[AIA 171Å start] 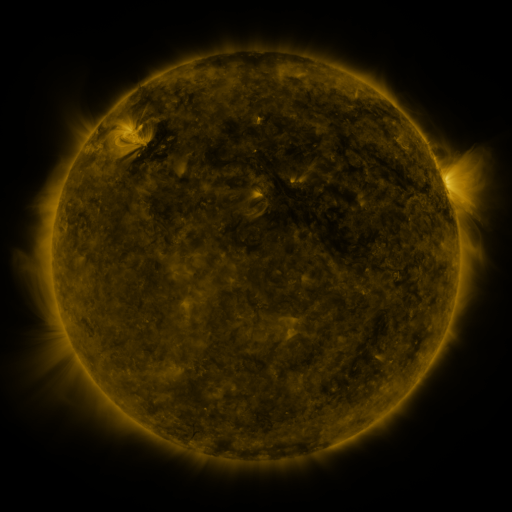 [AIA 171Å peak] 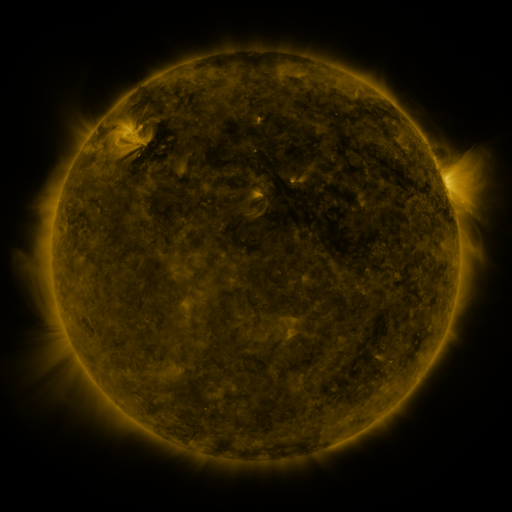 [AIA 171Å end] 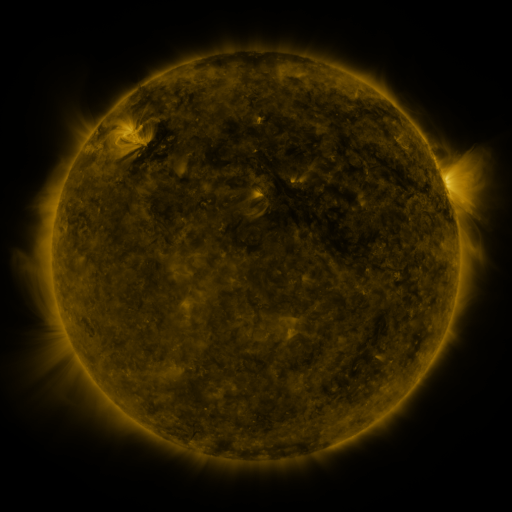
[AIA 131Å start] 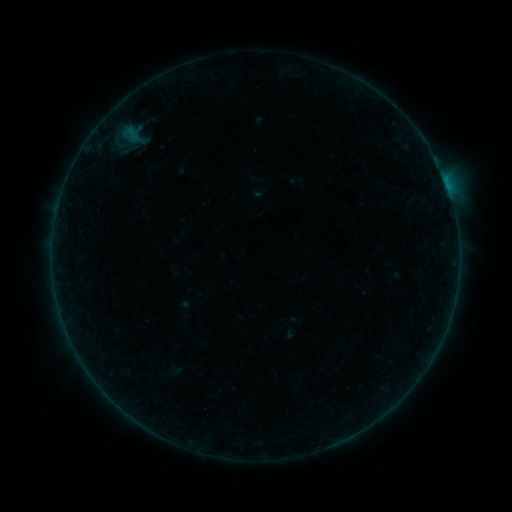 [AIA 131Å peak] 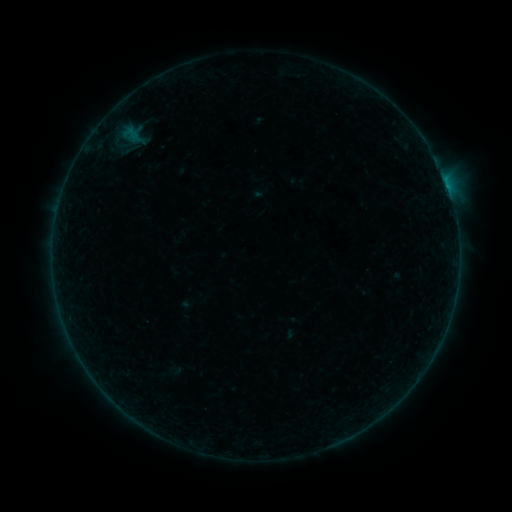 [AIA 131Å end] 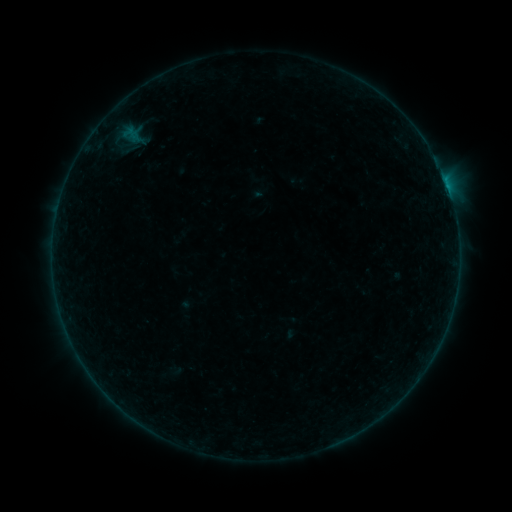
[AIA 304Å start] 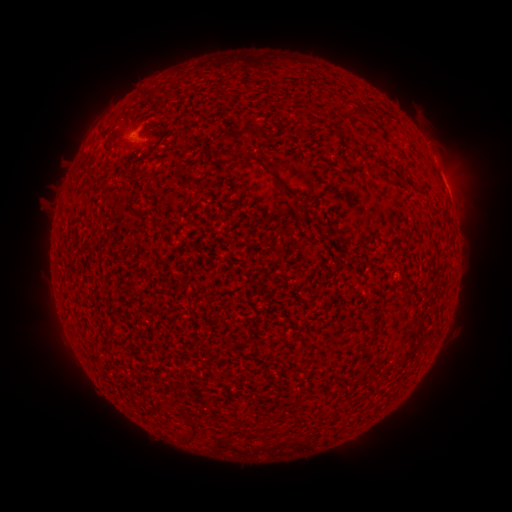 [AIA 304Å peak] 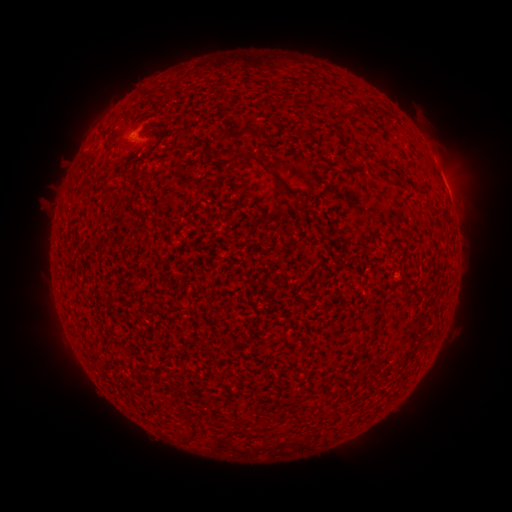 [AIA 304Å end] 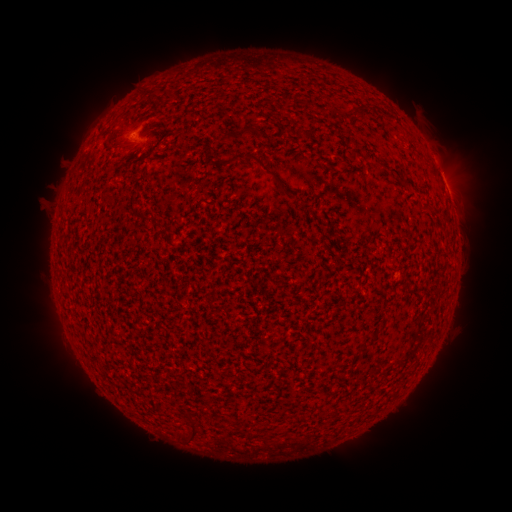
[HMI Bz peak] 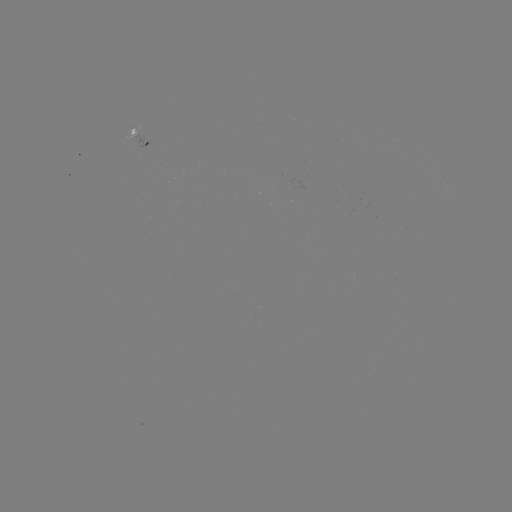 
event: flare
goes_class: B1.4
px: (448, 190)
